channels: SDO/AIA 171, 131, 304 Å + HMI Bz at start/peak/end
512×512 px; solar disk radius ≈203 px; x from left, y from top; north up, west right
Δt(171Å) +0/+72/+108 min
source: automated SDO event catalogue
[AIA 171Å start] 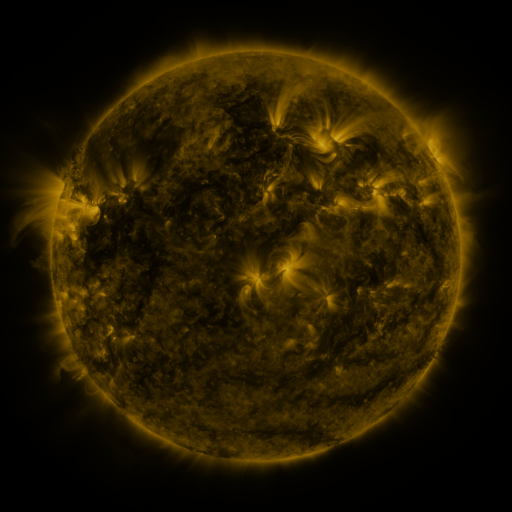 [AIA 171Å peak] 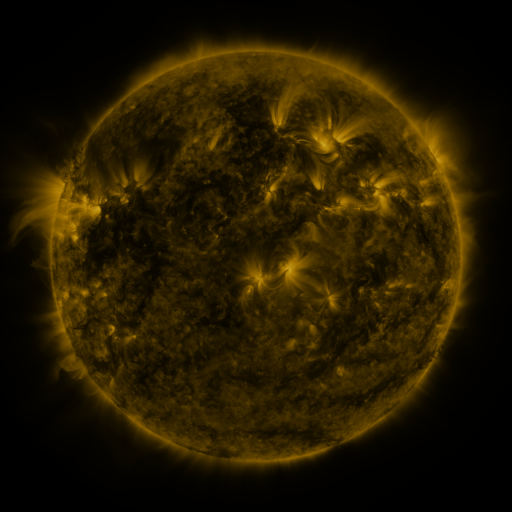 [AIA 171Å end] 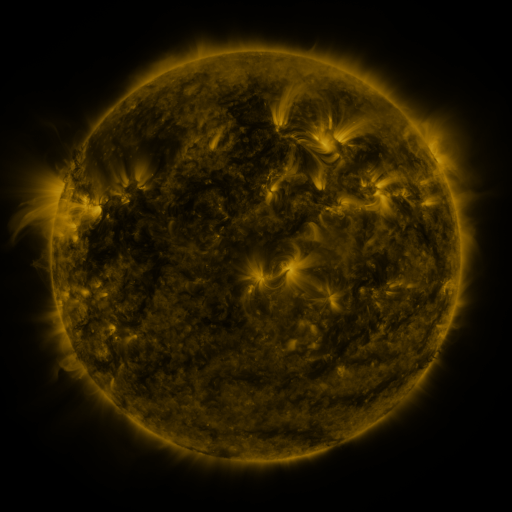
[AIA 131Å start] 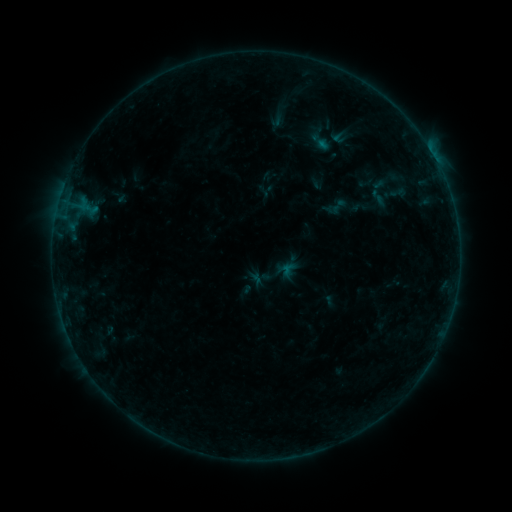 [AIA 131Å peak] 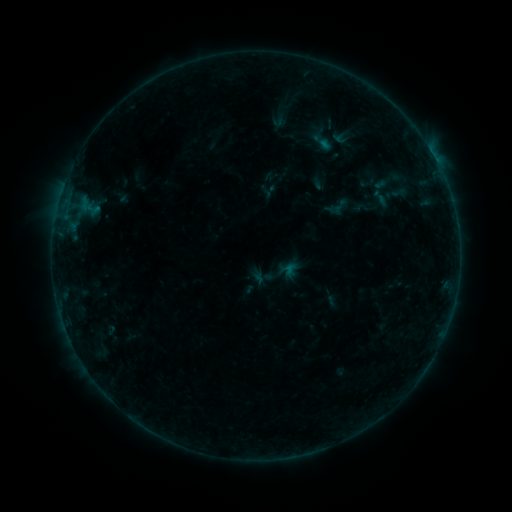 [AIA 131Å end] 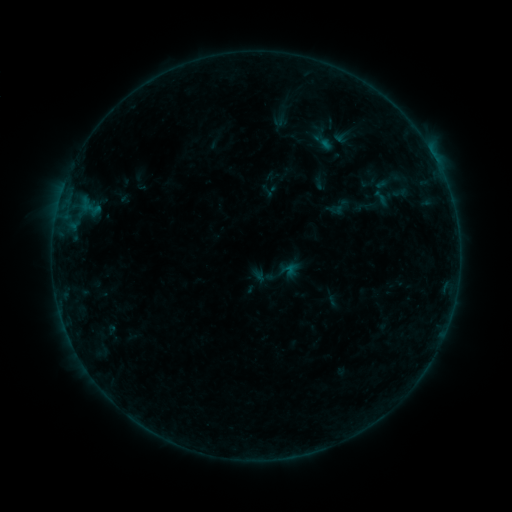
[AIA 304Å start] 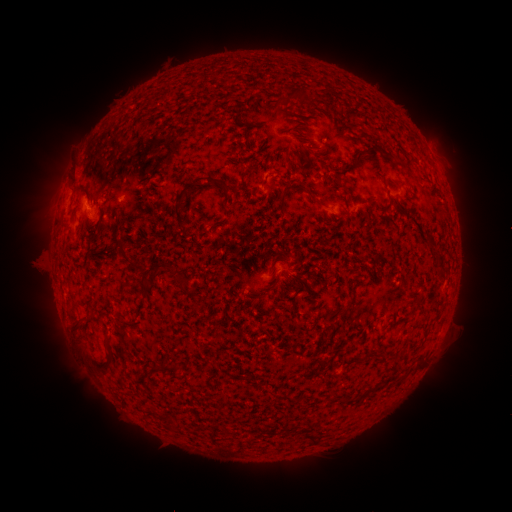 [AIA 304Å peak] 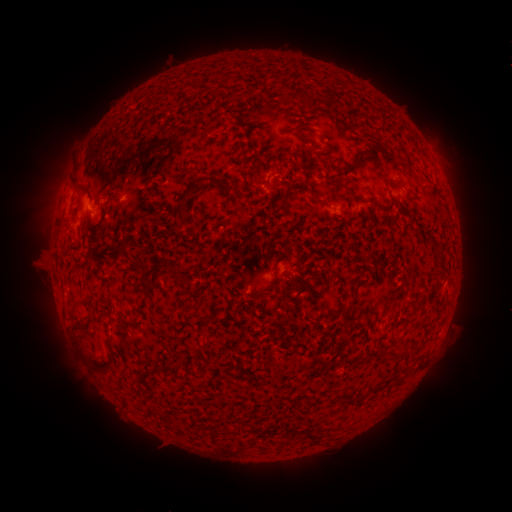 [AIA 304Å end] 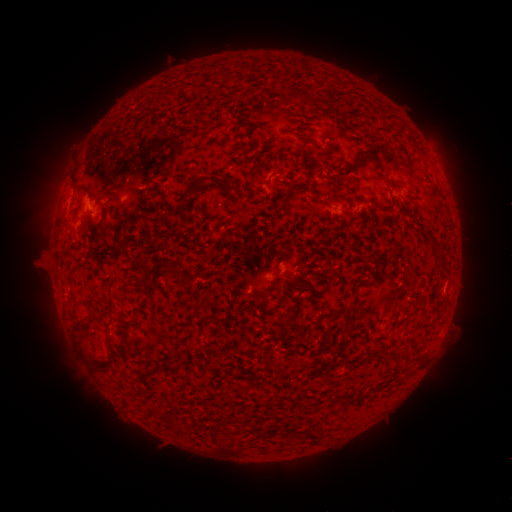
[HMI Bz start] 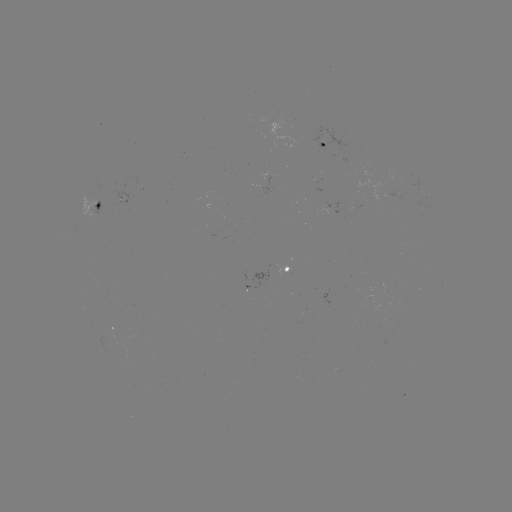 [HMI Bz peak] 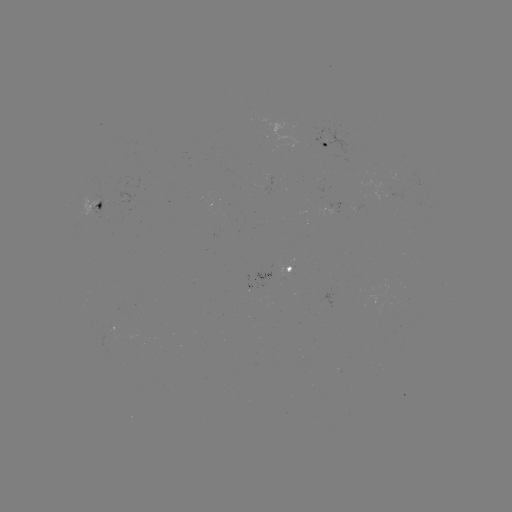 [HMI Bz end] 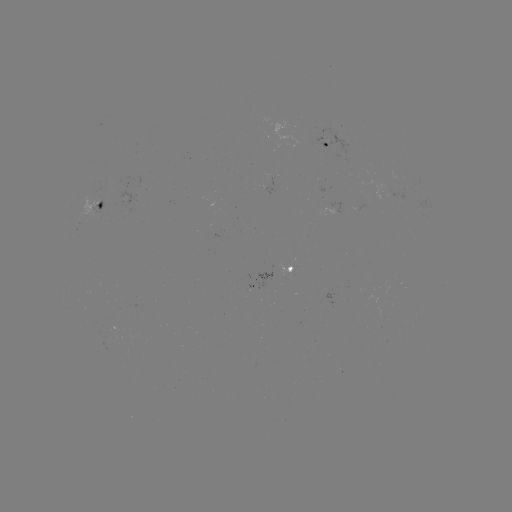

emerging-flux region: <bbox>355, 203, 369, 214</bbox>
